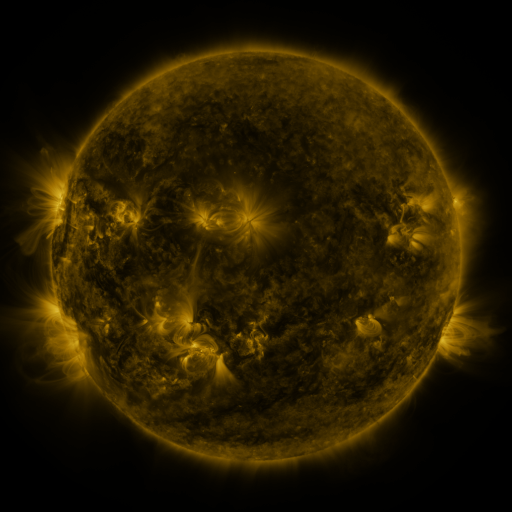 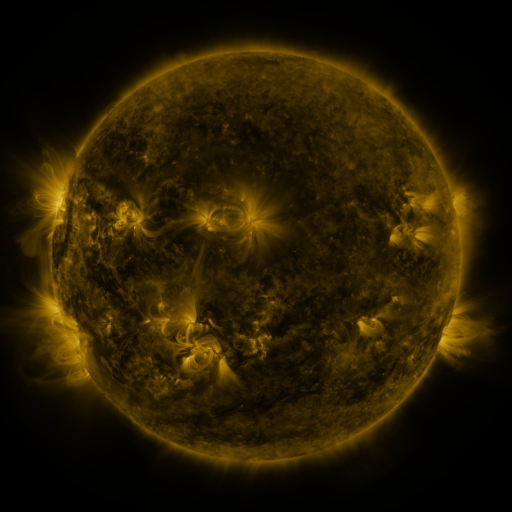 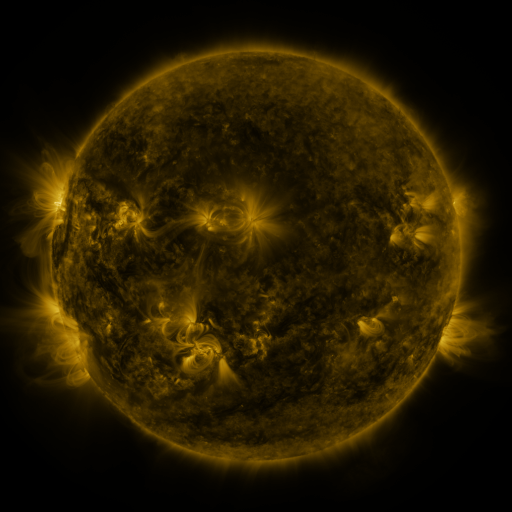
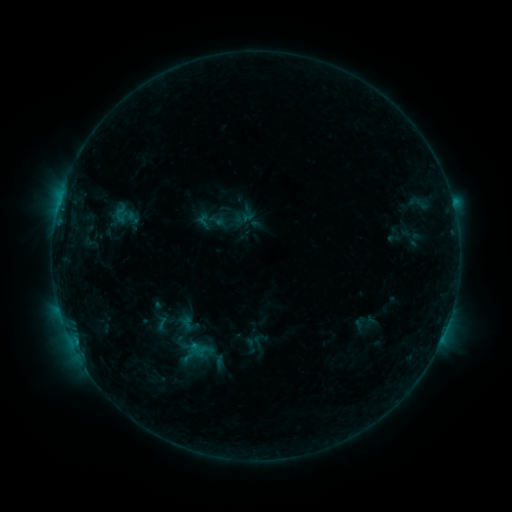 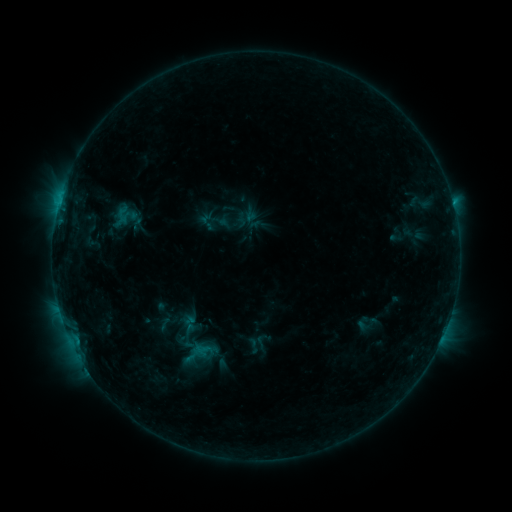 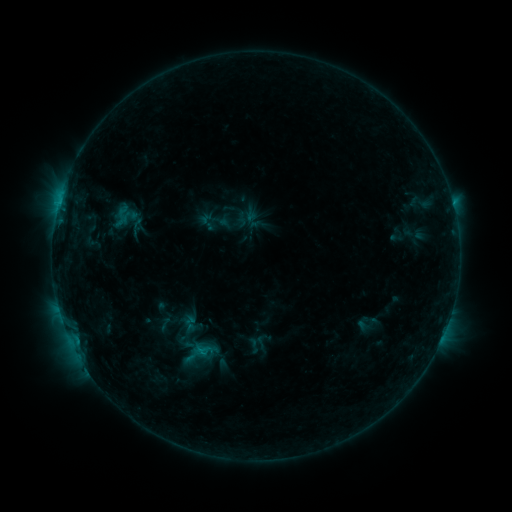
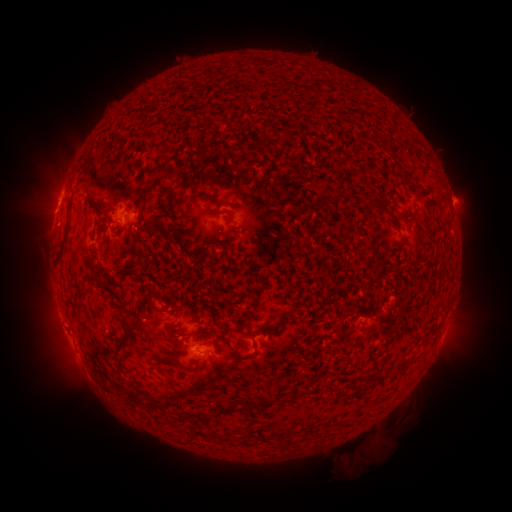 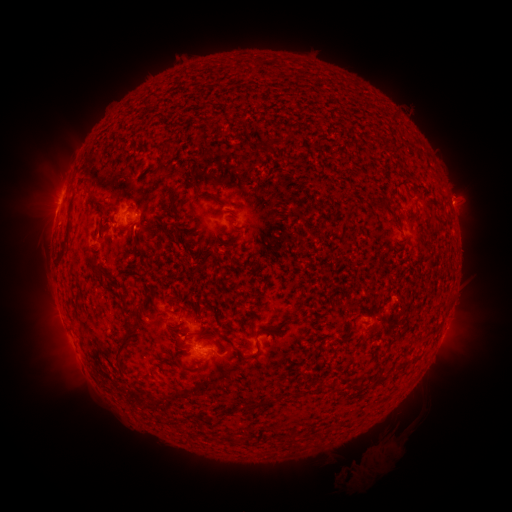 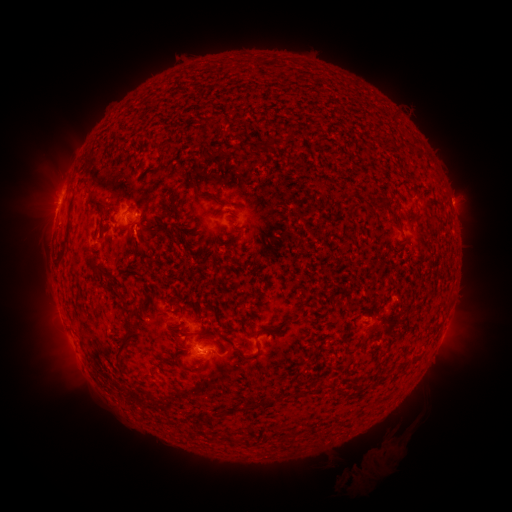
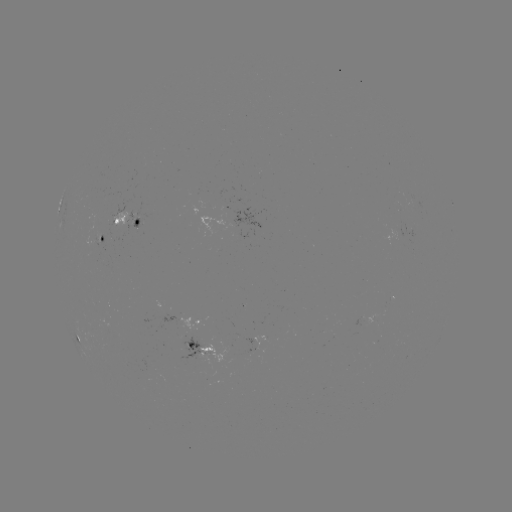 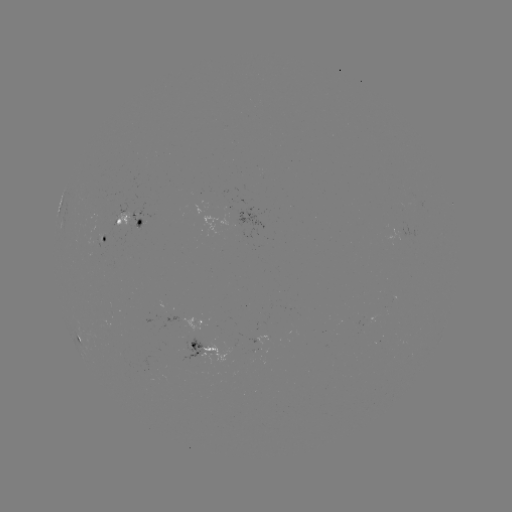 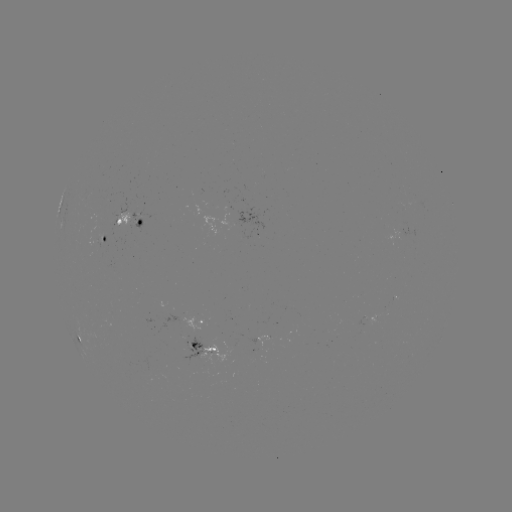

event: emerging-flux region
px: (143, 217)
